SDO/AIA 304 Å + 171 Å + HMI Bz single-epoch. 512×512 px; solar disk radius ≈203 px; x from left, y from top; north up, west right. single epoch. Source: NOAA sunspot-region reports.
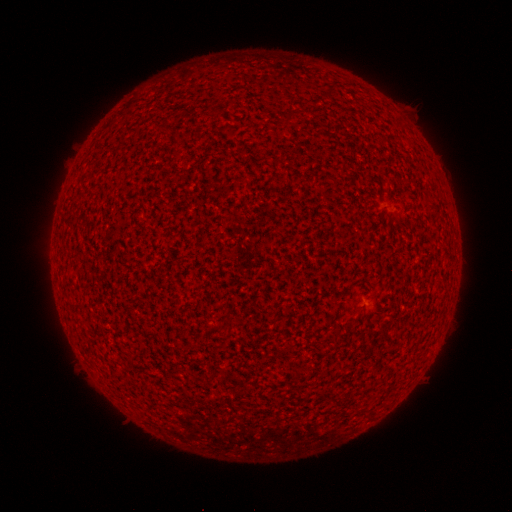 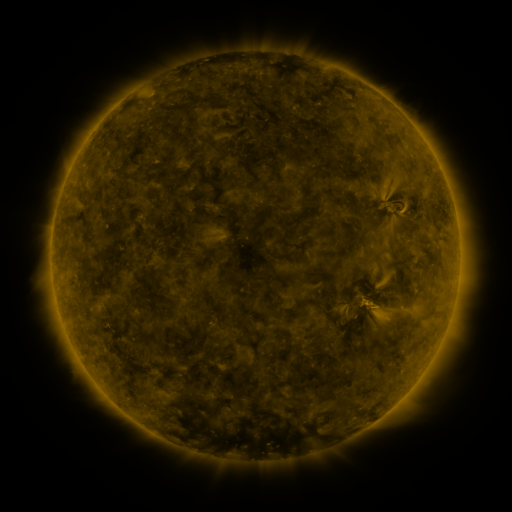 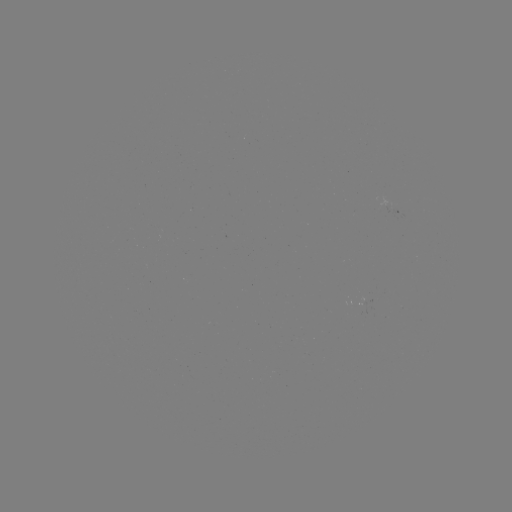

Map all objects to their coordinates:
(none)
